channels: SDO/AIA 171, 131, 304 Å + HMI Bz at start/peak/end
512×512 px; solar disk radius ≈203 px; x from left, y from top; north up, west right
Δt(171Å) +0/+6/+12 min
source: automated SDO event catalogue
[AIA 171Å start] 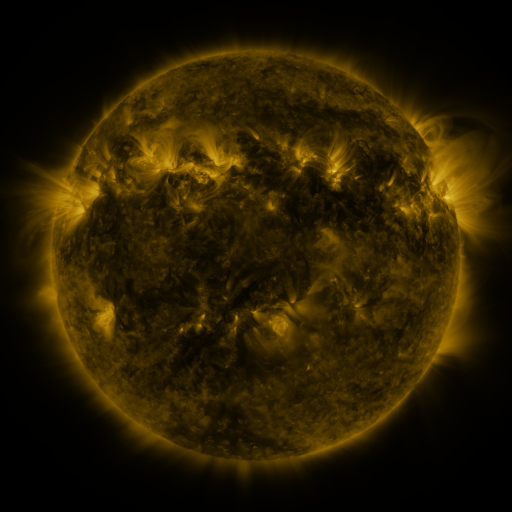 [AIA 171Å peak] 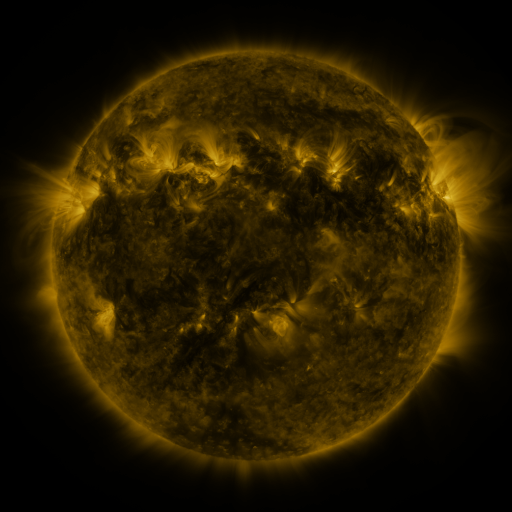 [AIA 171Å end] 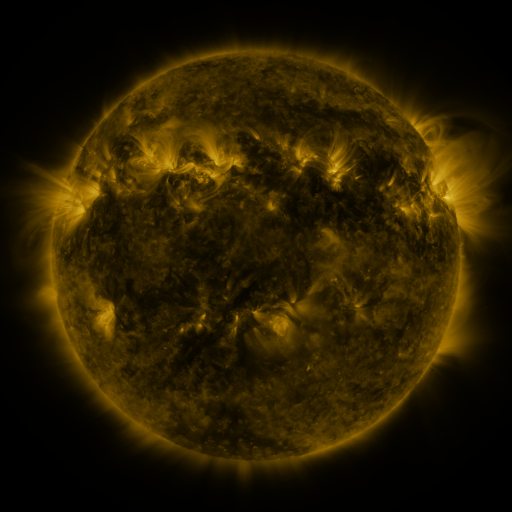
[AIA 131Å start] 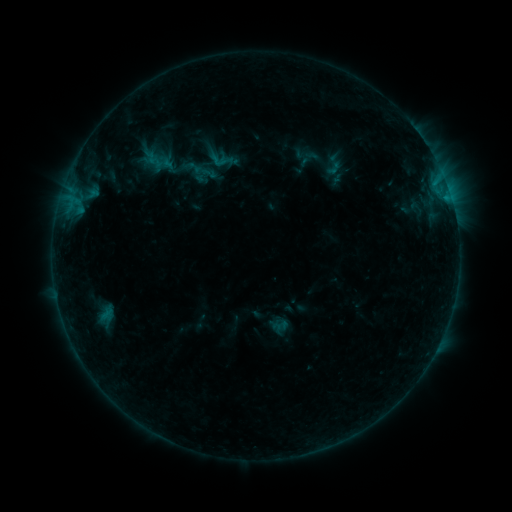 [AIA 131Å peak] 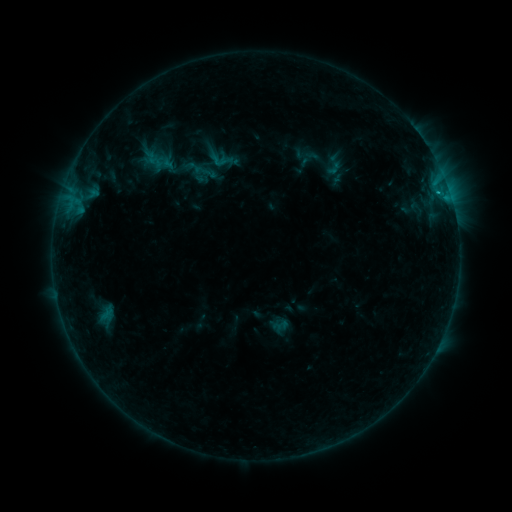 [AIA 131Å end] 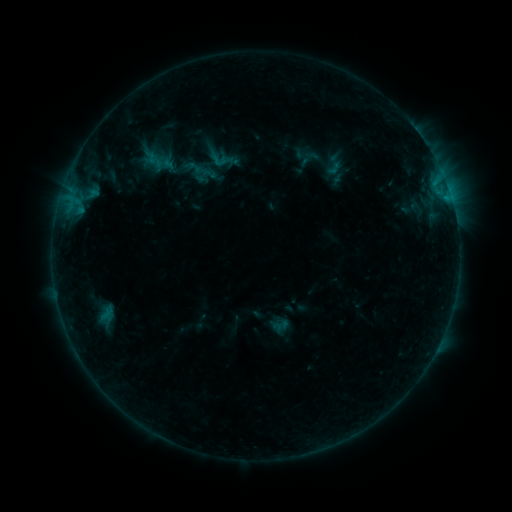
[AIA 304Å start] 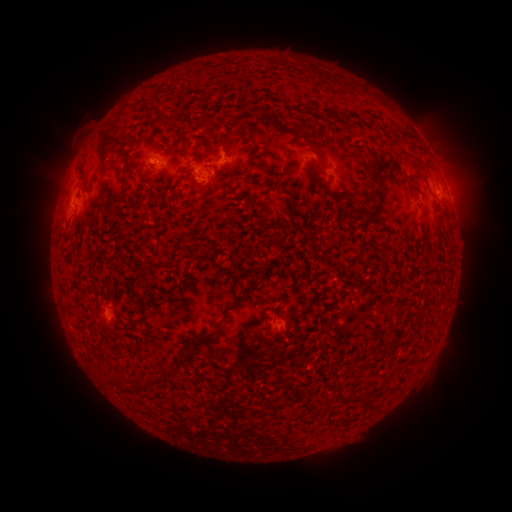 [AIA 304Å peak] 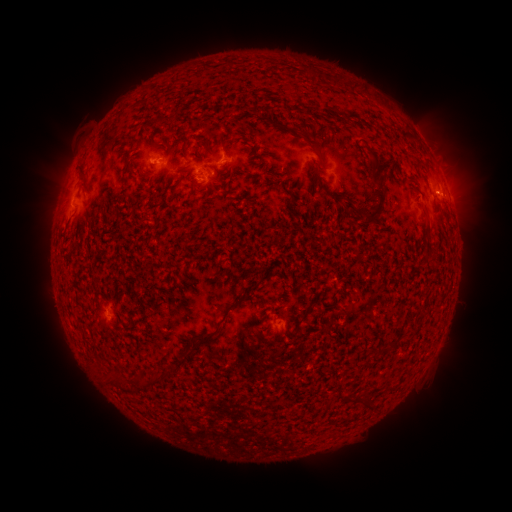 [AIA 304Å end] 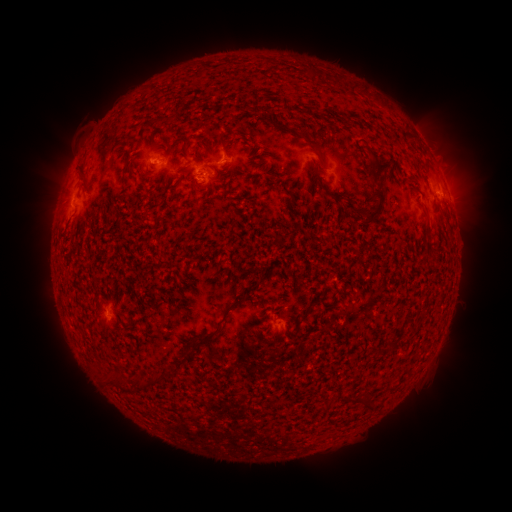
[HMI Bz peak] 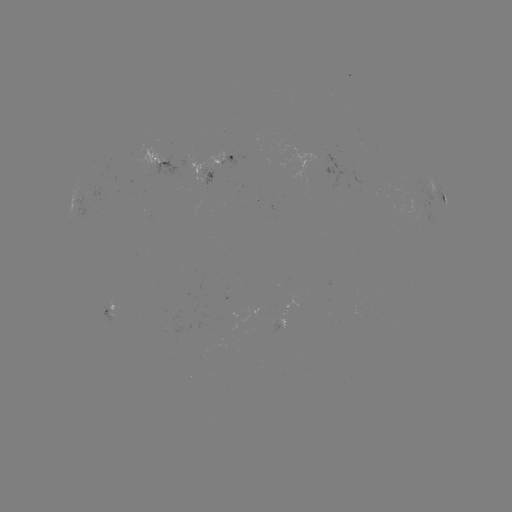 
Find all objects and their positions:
B4.4 flare: (436, 195)
